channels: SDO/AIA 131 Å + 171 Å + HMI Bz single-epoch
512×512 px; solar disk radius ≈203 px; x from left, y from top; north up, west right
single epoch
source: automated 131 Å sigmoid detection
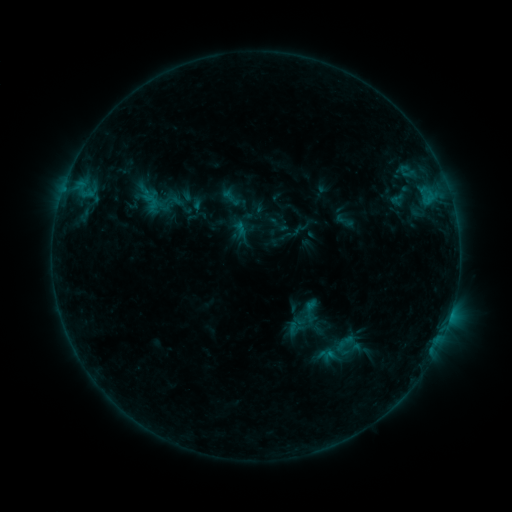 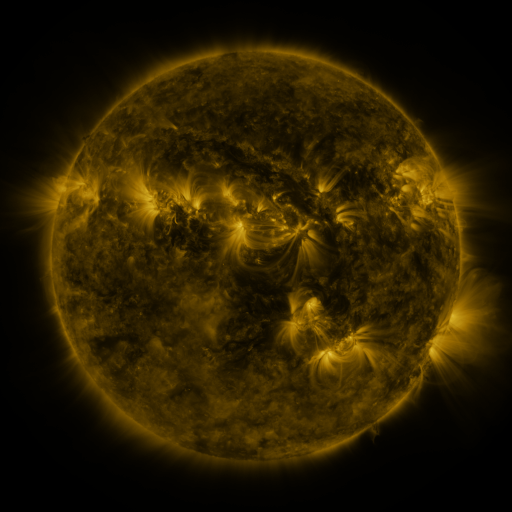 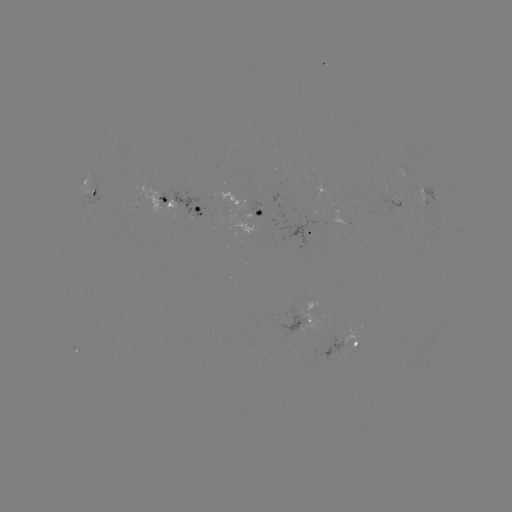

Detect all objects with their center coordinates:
sigmoid: (162, 201)
sigmoid: (348, 346)
